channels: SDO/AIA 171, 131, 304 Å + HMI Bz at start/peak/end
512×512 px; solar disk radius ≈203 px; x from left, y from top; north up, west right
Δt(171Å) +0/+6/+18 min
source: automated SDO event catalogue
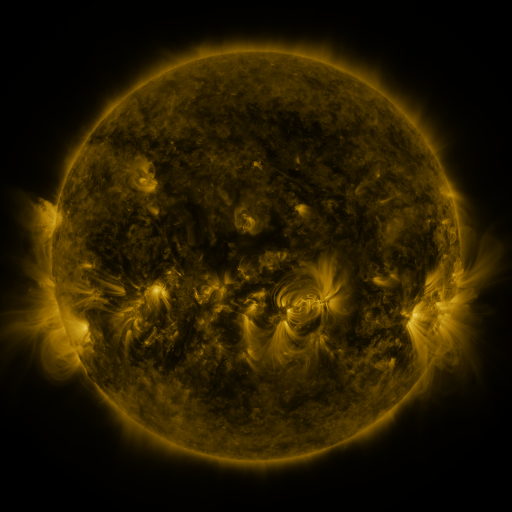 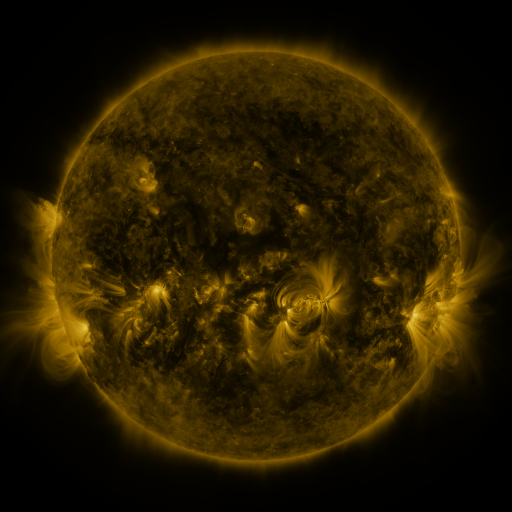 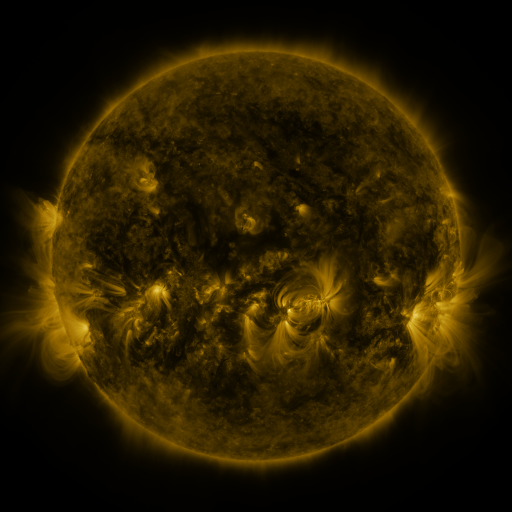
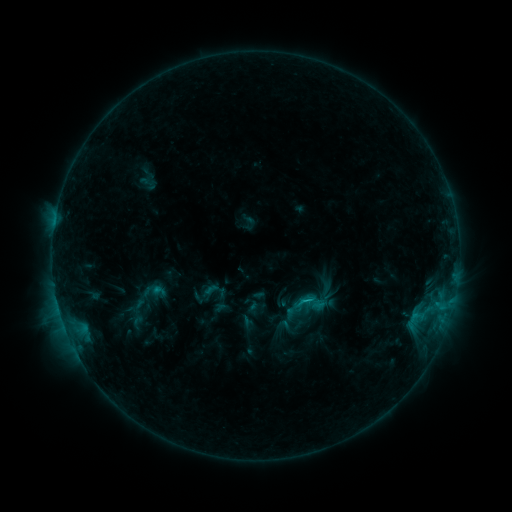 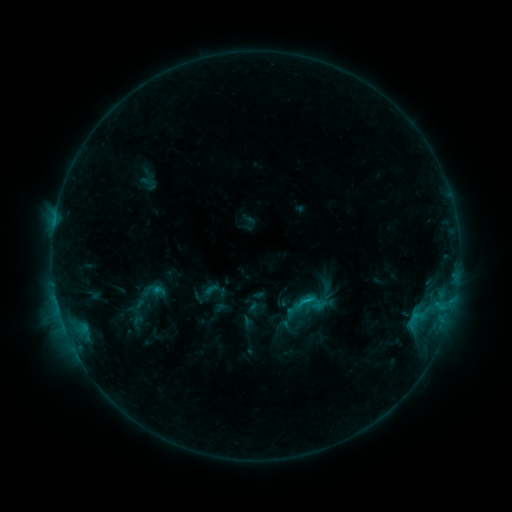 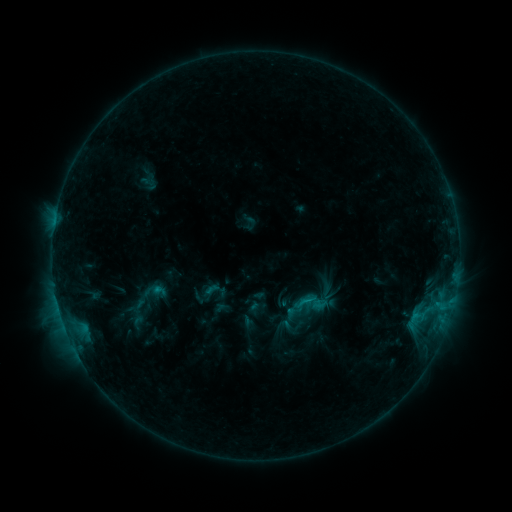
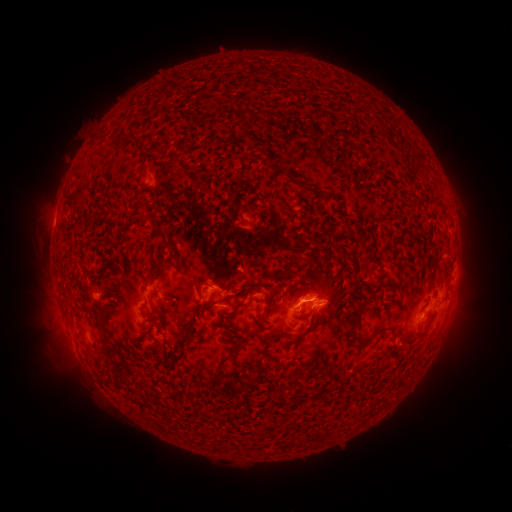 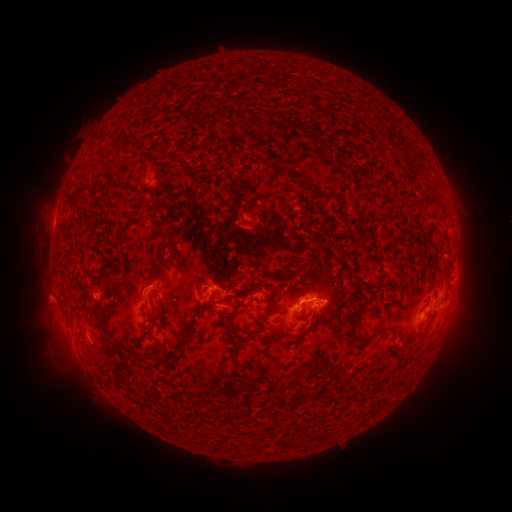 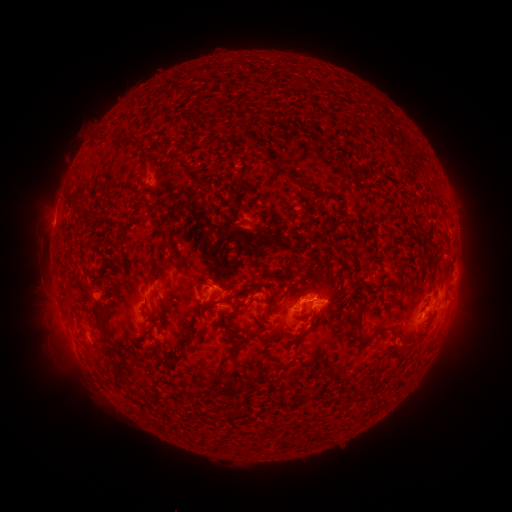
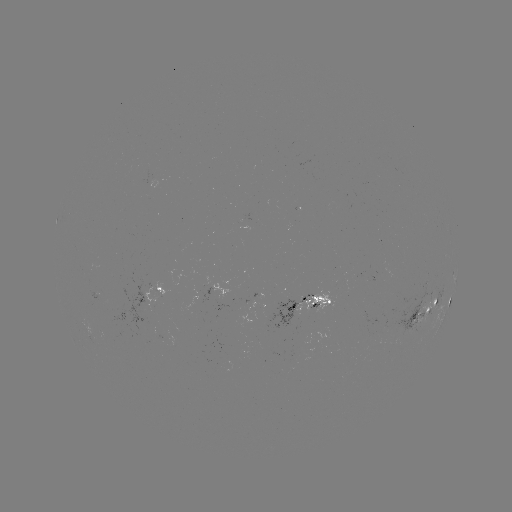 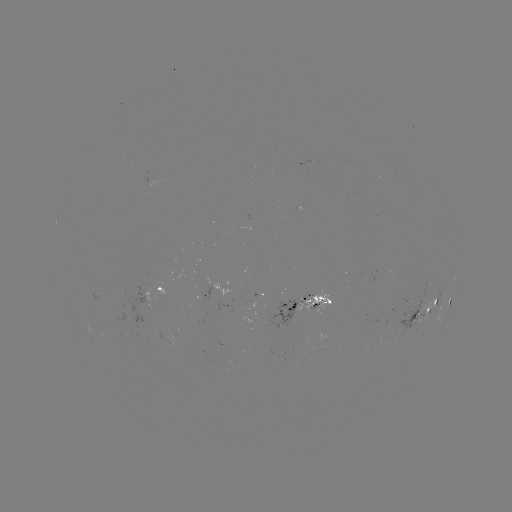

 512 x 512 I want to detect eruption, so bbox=[17, 272, 71, 326].